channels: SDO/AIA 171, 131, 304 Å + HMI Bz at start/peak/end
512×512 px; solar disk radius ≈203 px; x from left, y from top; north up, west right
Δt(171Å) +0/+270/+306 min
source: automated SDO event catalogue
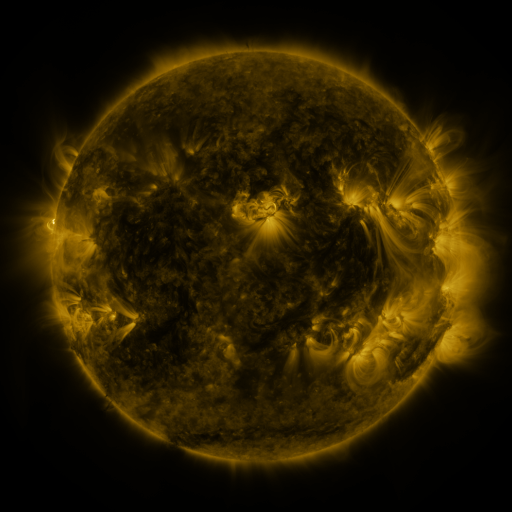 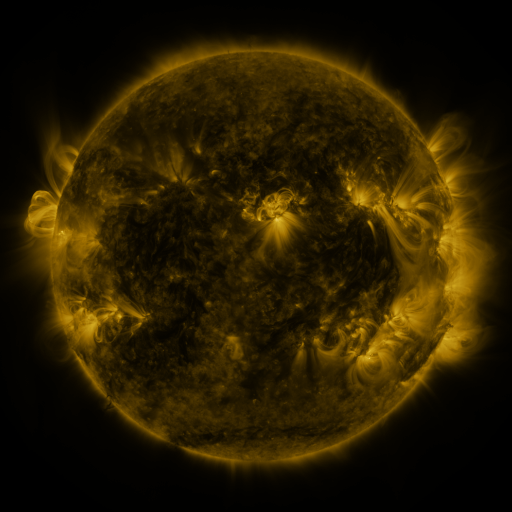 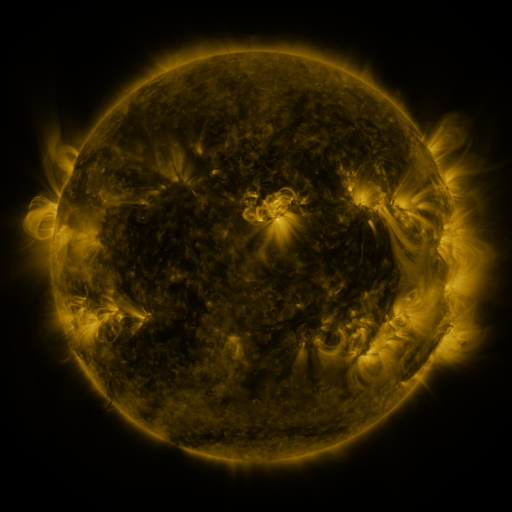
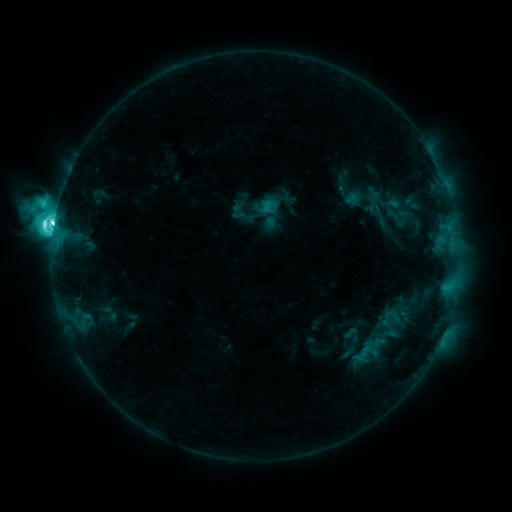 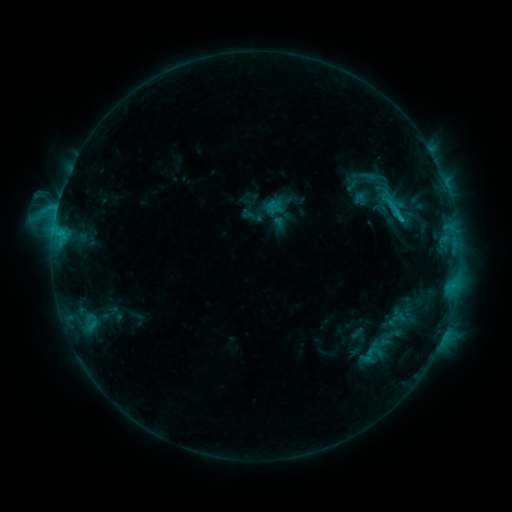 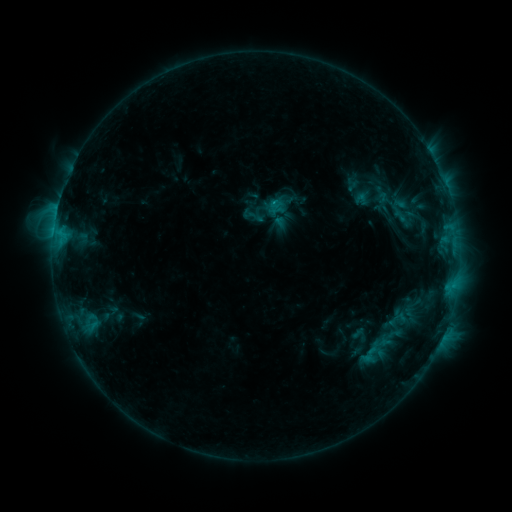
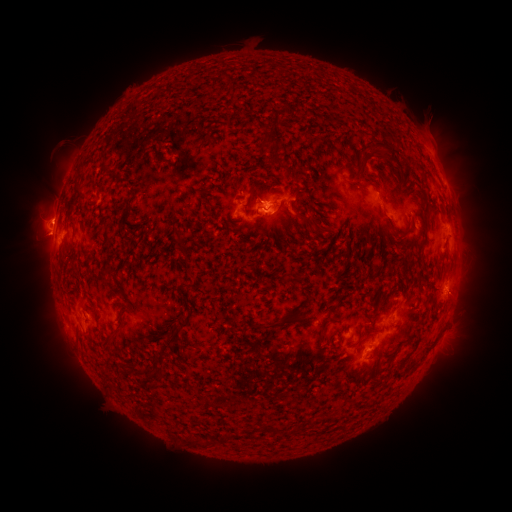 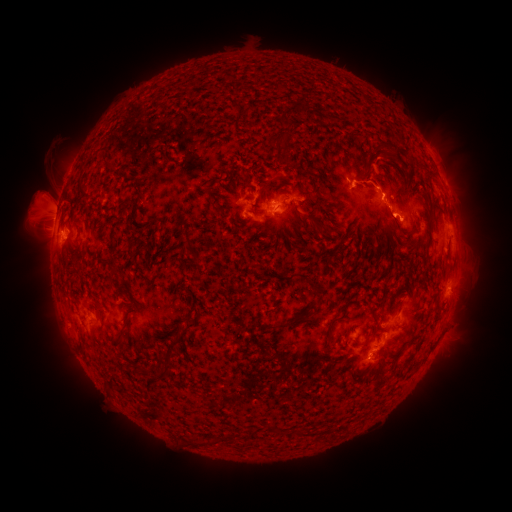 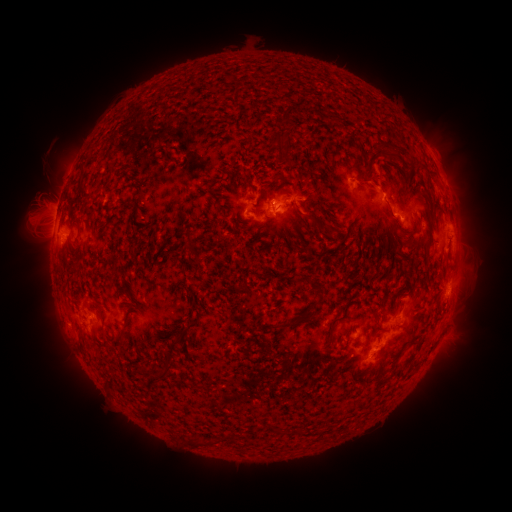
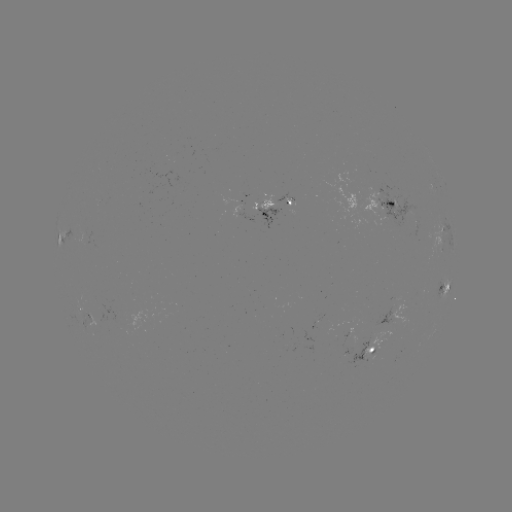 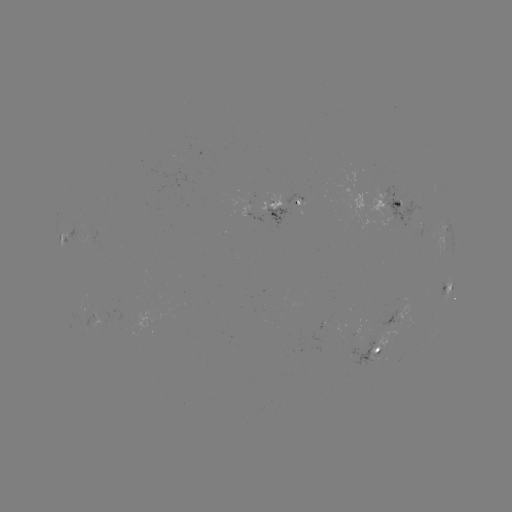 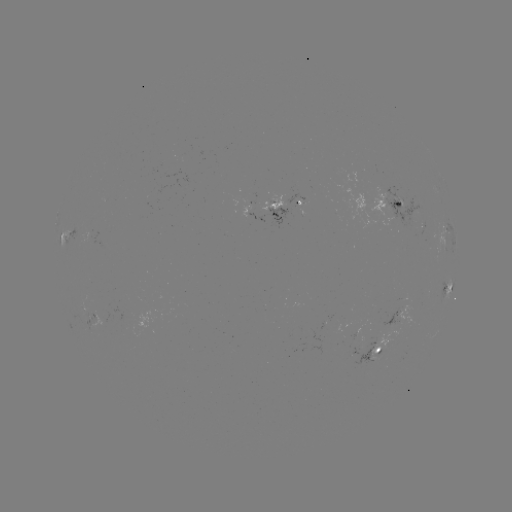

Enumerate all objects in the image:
emerging-flux region: (272, 203)
